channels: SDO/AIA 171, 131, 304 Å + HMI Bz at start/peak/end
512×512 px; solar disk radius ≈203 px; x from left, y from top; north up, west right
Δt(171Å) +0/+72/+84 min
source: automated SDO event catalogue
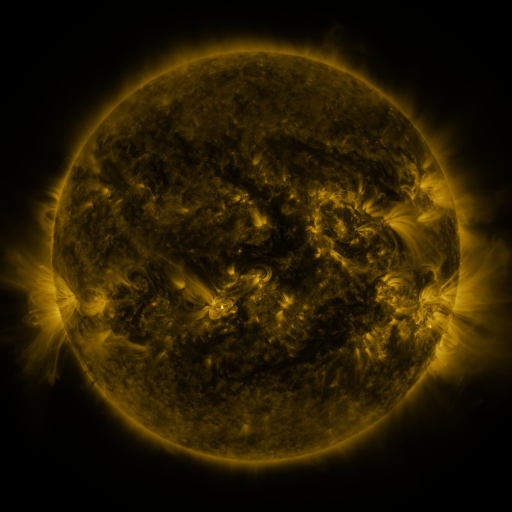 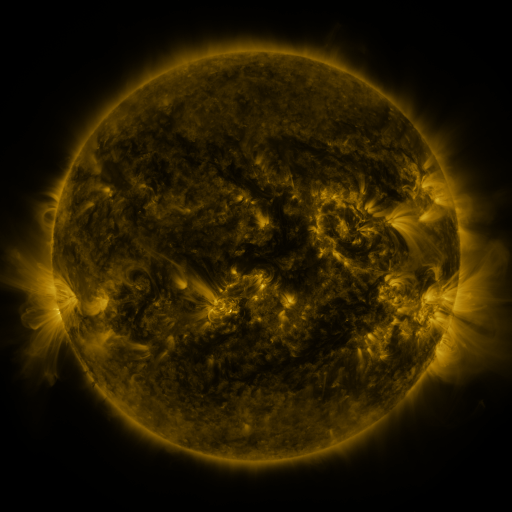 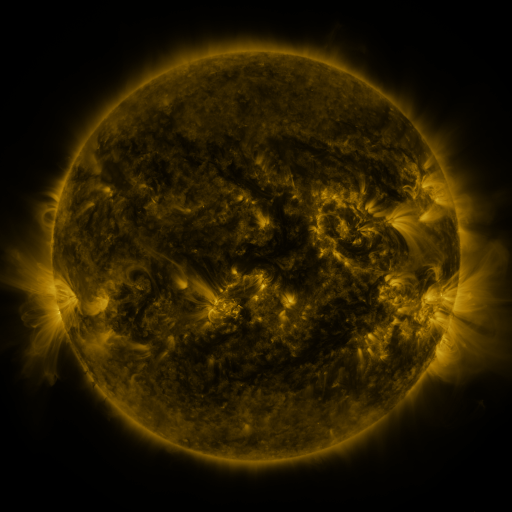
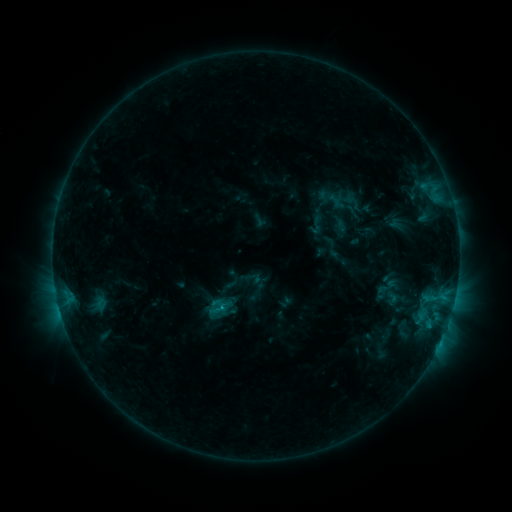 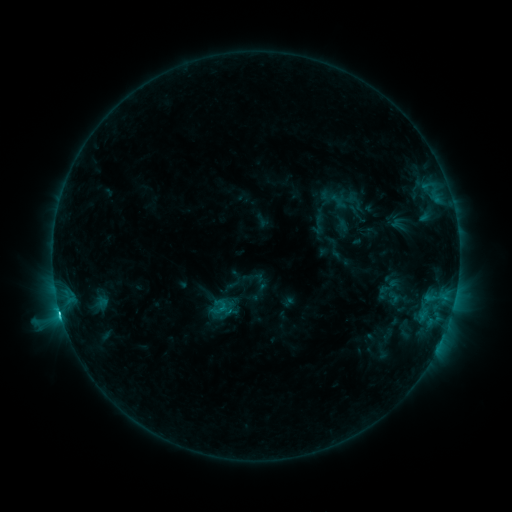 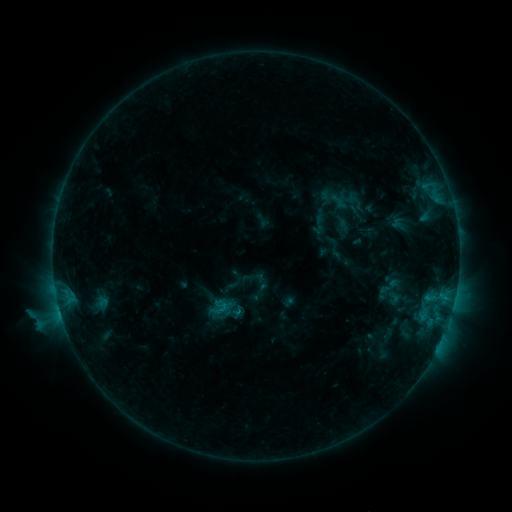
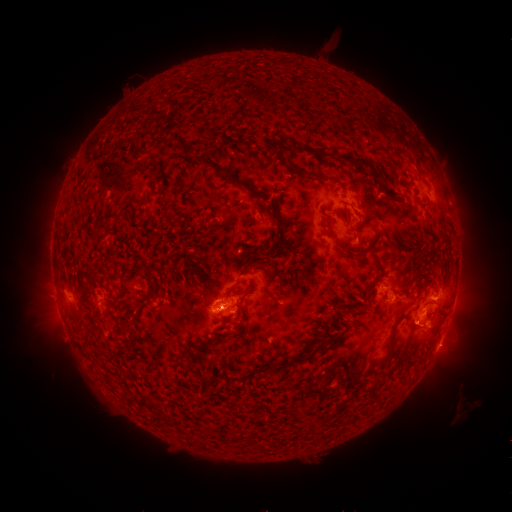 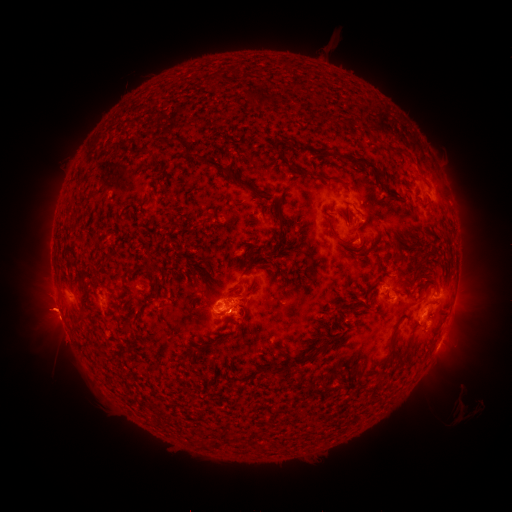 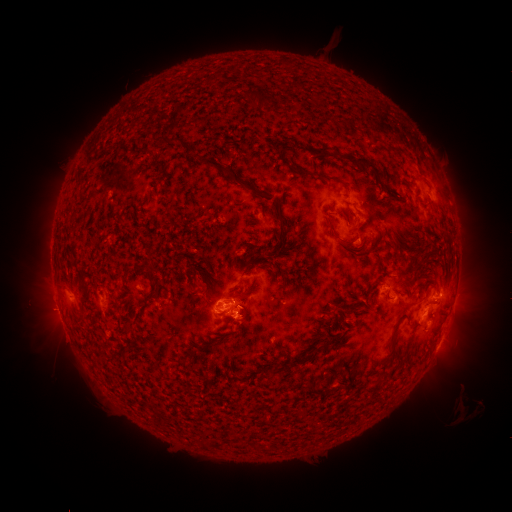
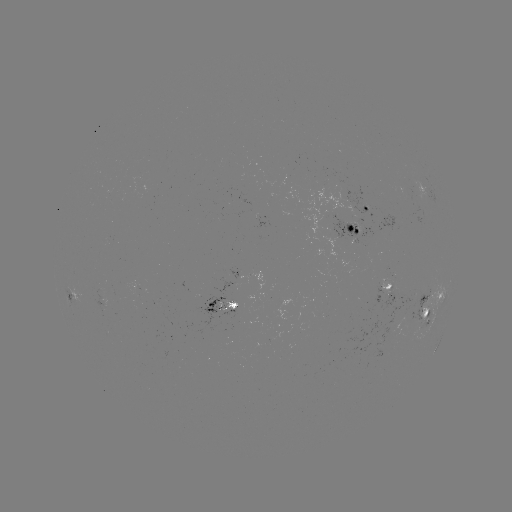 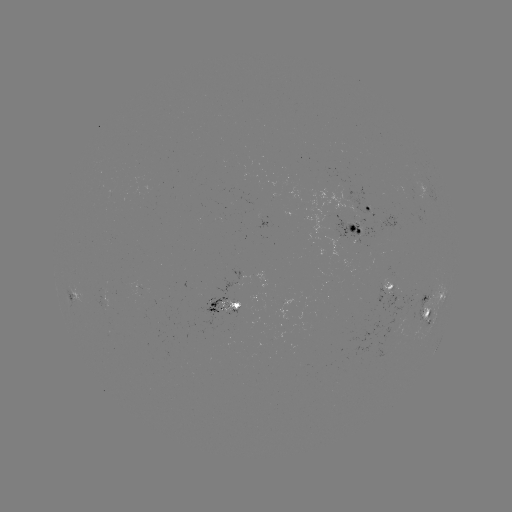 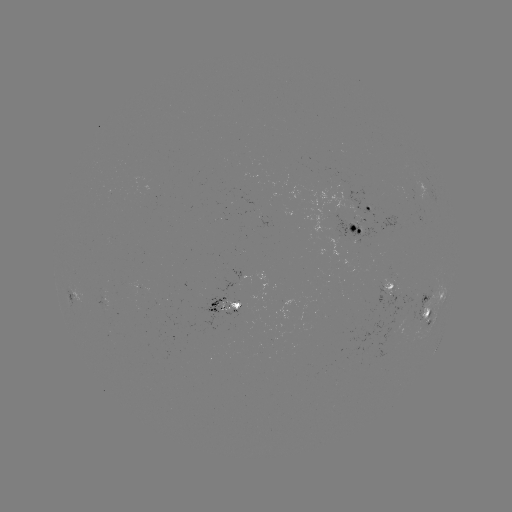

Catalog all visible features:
emerging-flux region: (234, 303)
